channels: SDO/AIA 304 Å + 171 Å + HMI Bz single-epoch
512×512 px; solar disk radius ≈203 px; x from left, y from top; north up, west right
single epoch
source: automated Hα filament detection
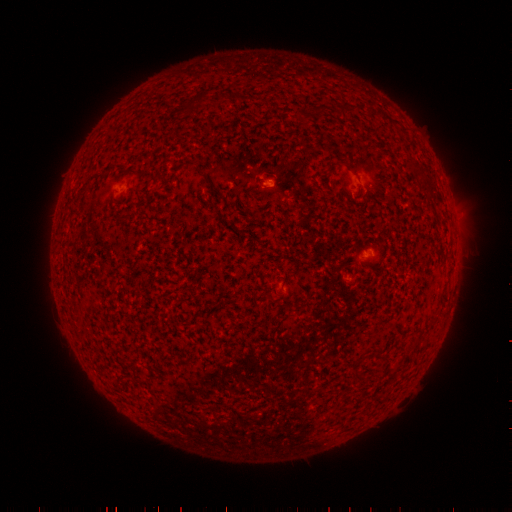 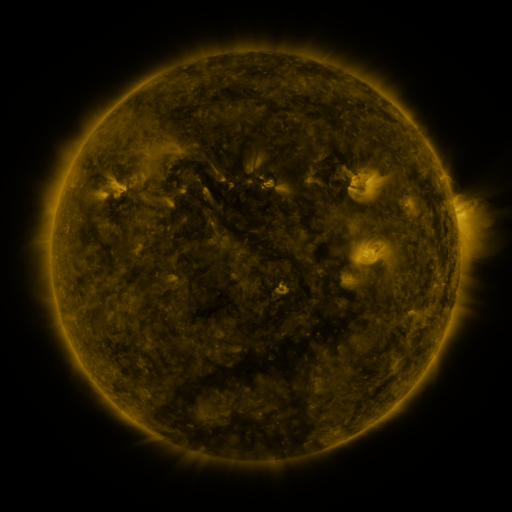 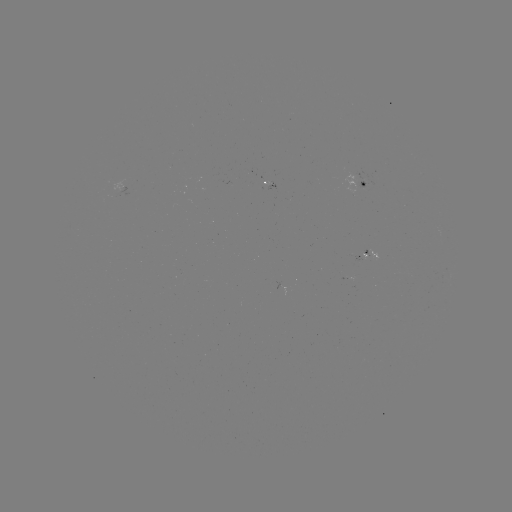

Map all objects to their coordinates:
filament: (192, 101)
filament: (342, 108)
